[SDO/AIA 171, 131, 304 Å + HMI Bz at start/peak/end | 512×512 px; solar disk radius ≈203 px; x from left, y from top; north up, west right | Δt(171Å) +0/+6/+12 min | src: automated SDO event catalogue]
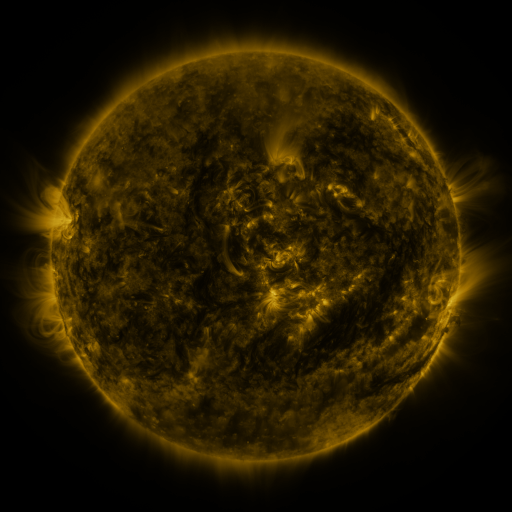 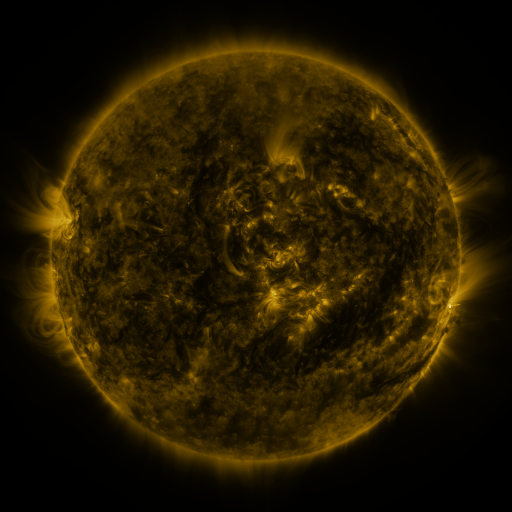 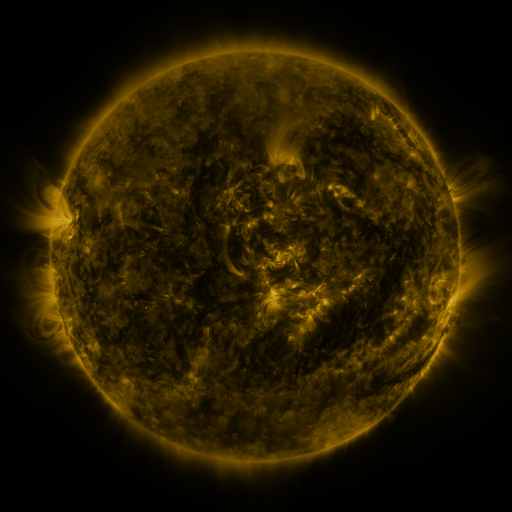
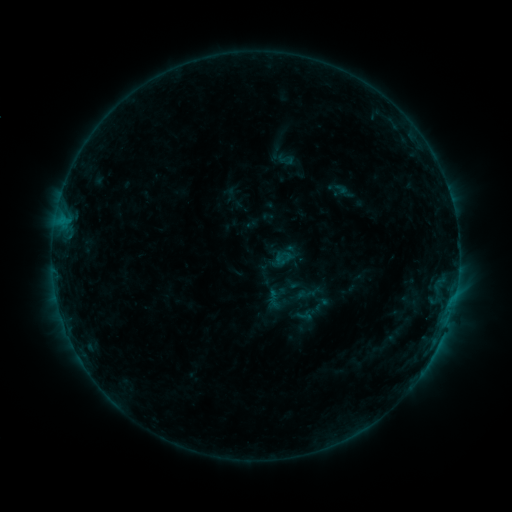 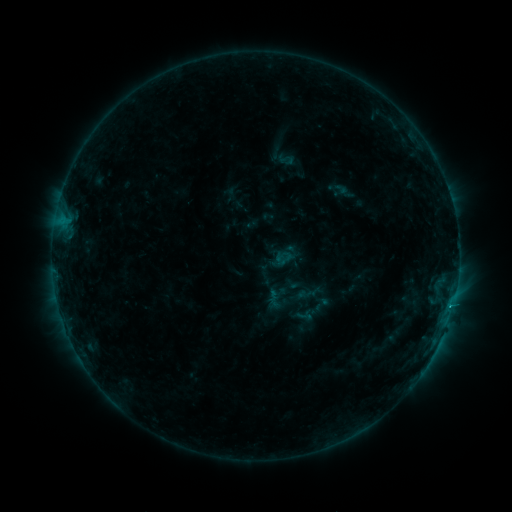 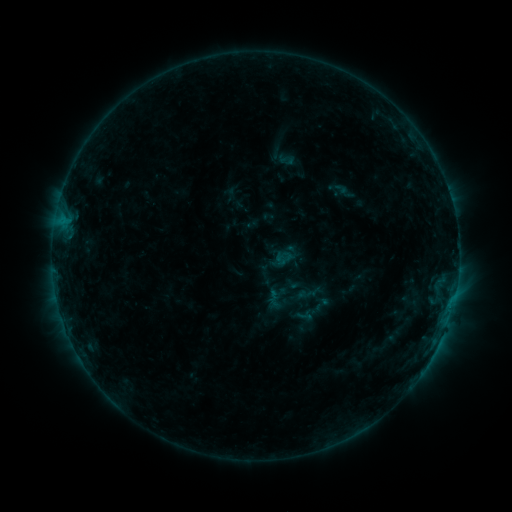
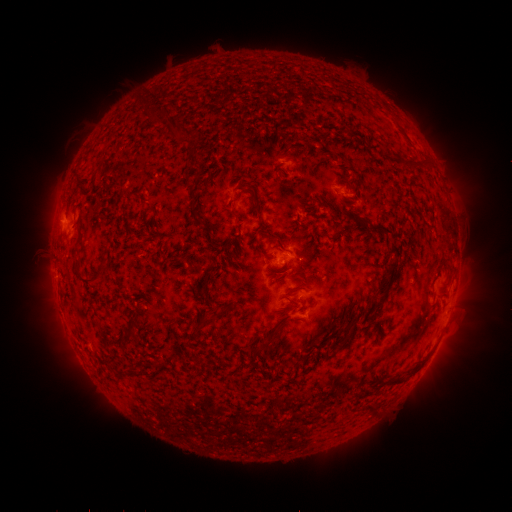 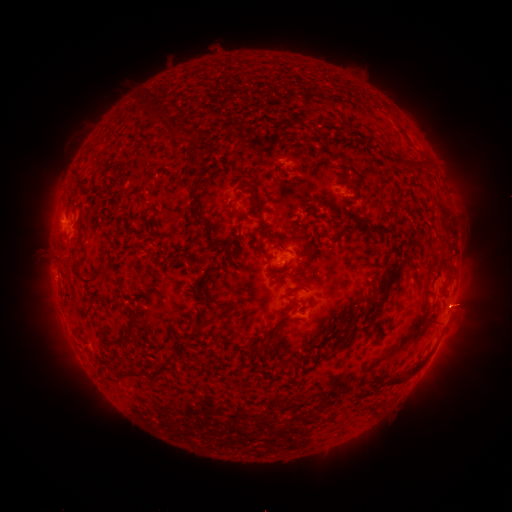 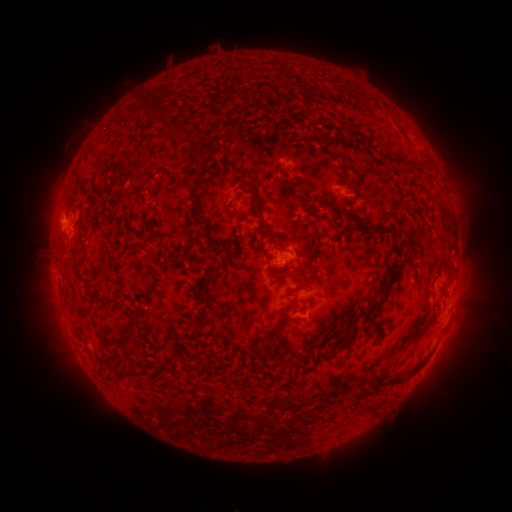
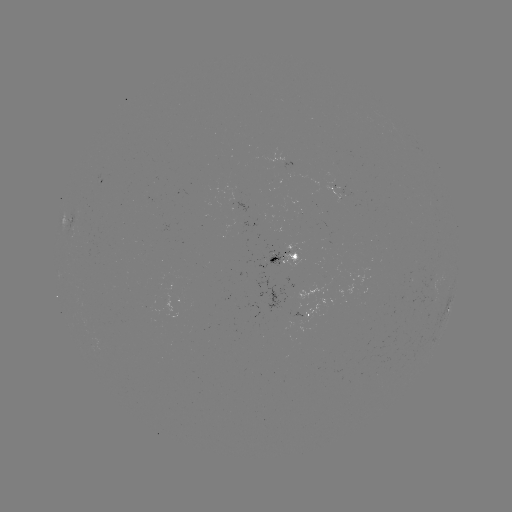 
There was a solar flare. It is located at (452, 303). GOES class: B8.3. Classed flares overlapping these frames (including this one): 1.